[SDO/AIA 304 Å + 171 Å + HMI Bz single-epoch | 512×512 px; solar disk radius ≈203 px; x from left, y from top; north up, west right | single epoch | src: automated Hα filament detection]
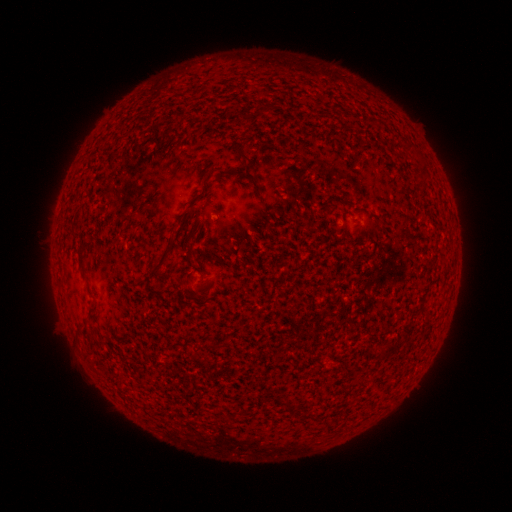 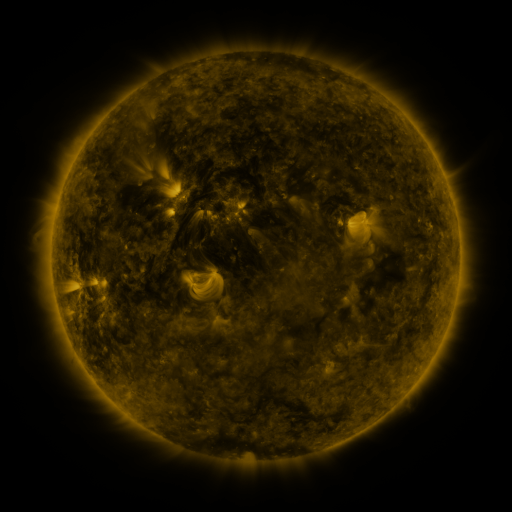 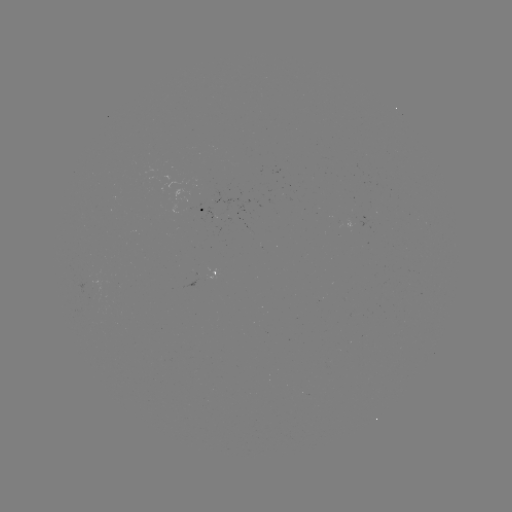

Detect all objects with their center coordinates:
filament: (240, 154)
filament: (164, 257)
